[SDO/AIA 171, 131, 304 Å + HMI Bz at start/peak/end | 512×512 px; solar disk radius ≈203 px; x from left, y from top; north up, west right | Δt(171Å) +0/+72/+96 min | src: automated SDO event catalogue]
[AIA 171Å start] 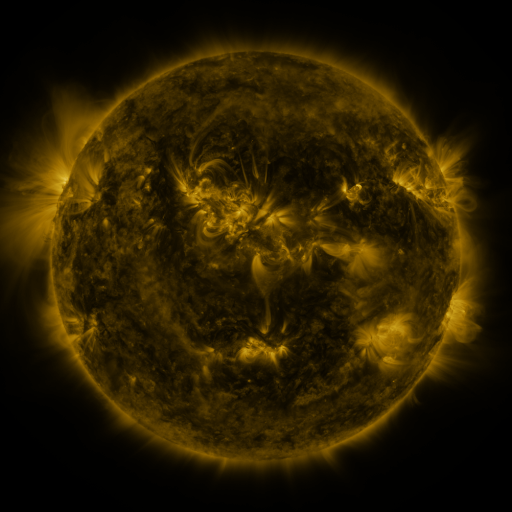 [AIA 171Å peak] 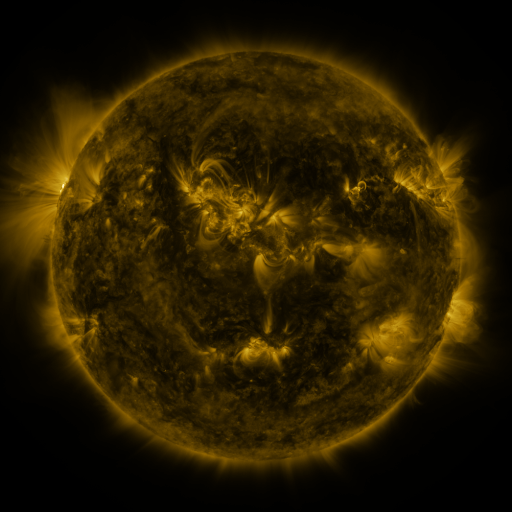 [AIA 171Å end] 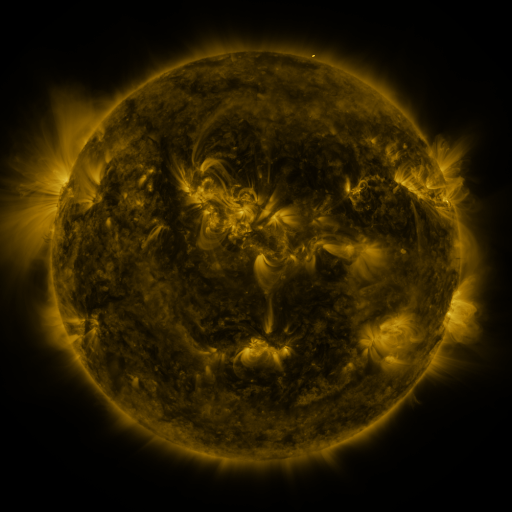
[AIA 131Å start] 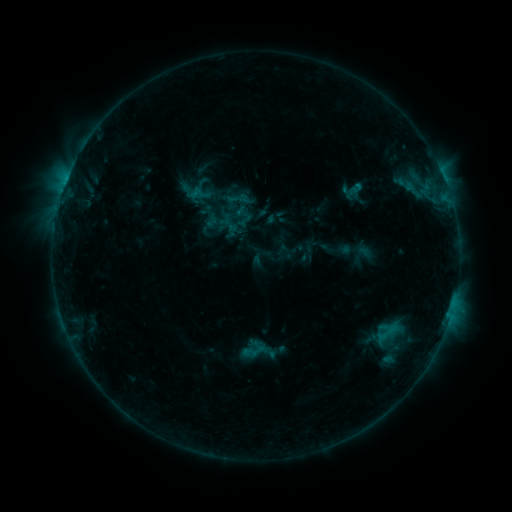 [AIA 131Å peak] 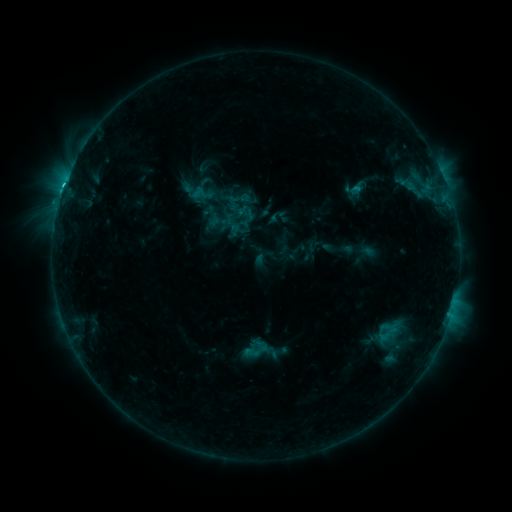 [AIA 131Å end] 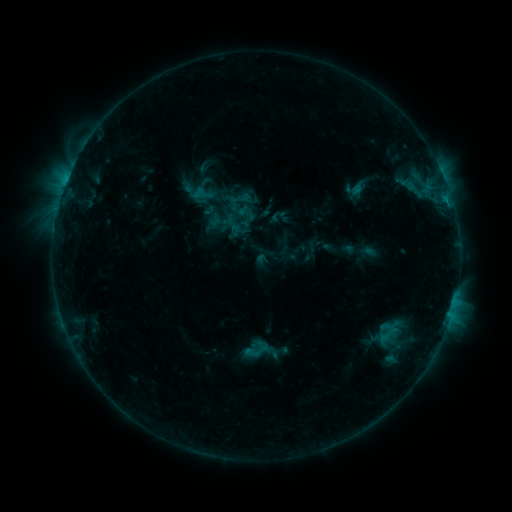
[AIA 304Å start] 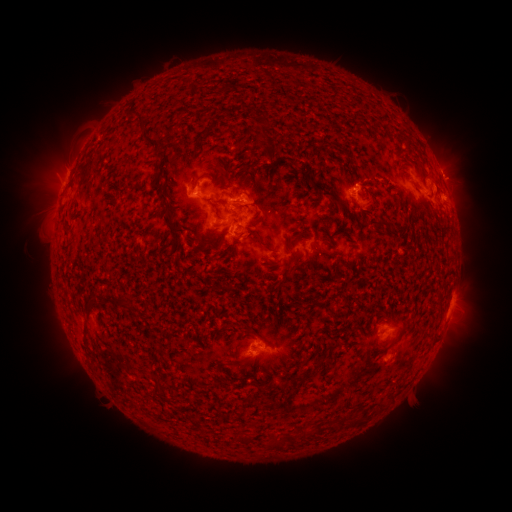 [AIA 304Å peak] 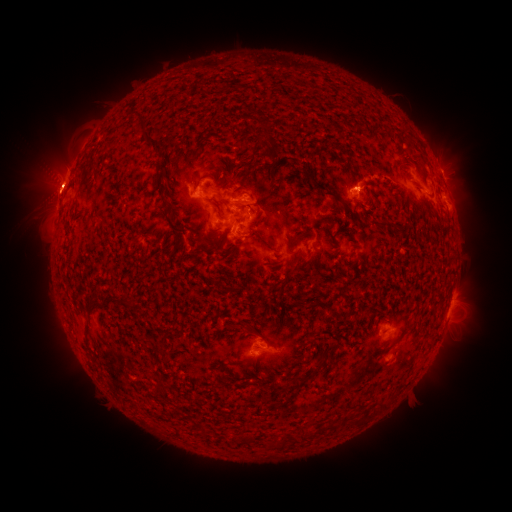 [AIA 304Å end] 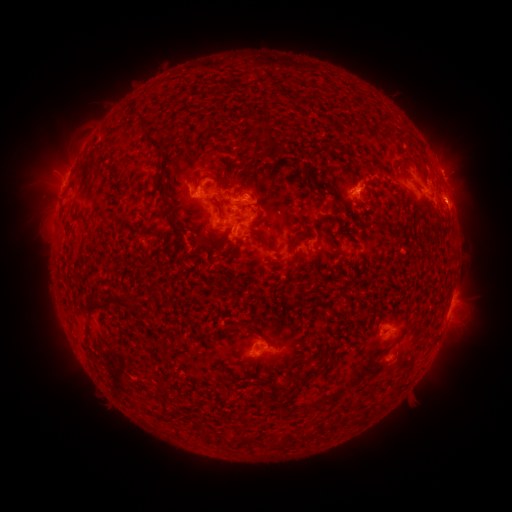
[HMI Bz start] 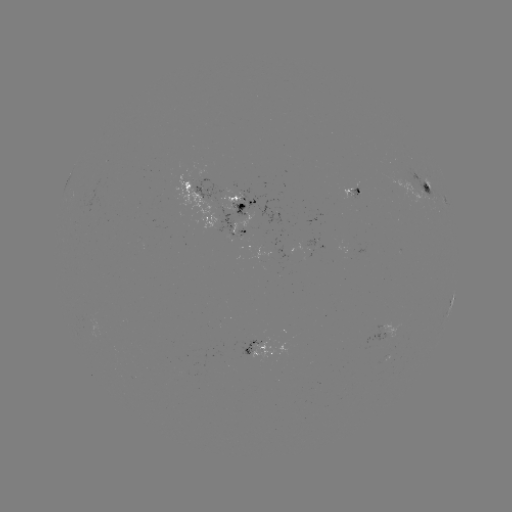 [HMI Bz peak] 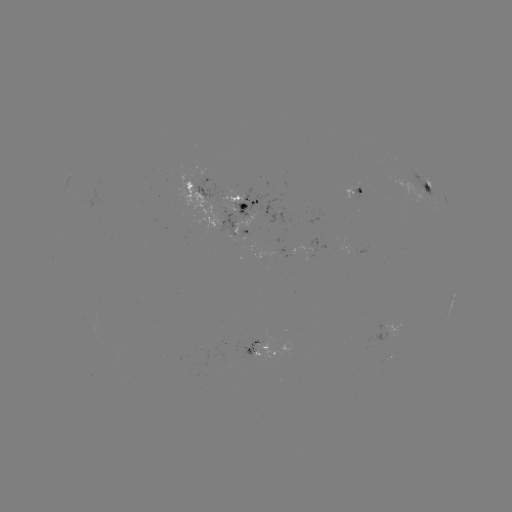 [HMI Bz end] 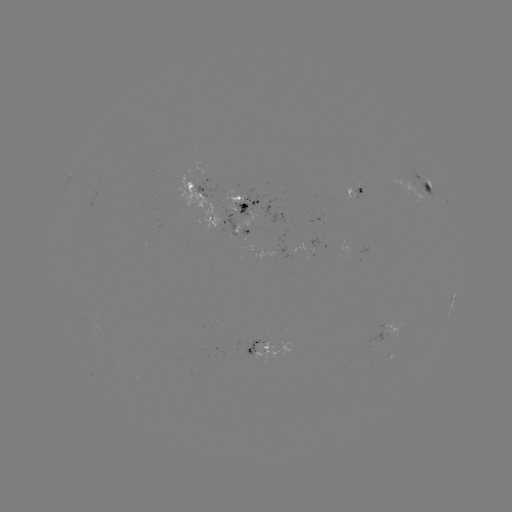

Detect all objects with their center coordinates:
emerging-flux region: (254, 344)
